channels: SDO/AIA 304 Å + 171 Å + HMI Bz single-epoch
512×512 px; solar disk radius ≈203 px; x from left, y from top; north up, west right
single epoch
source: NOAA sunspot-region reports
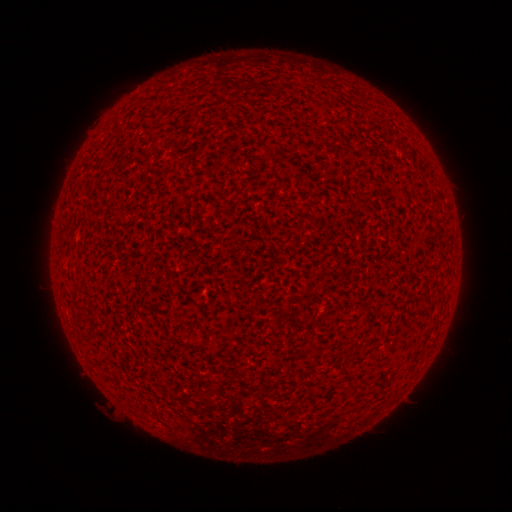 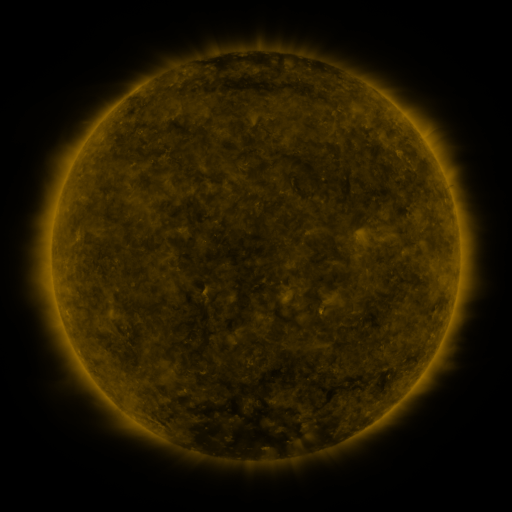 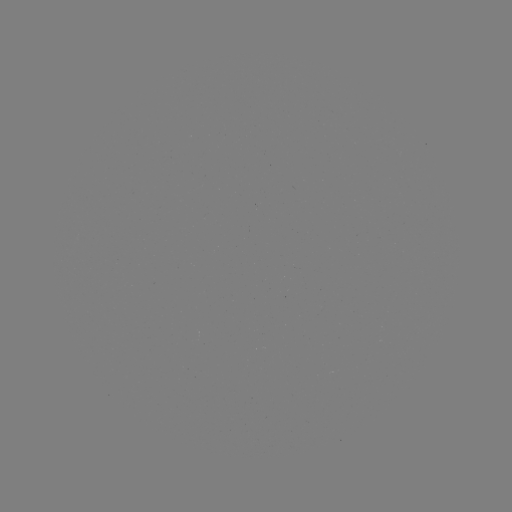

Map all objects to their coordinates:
(none)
